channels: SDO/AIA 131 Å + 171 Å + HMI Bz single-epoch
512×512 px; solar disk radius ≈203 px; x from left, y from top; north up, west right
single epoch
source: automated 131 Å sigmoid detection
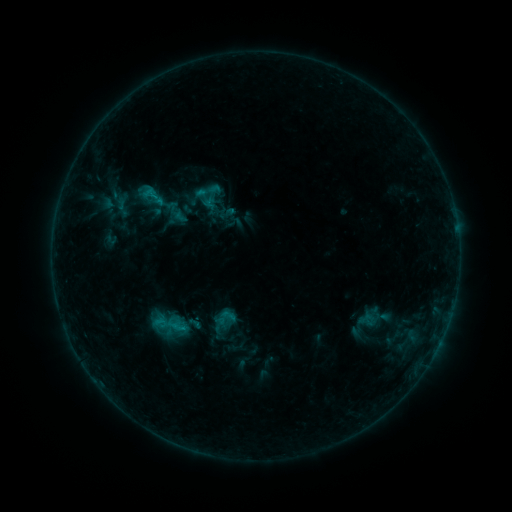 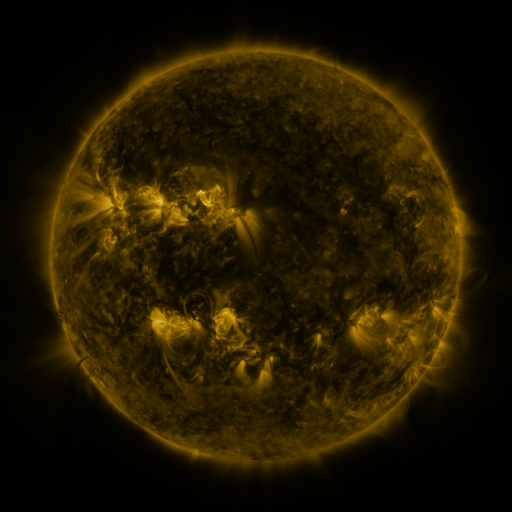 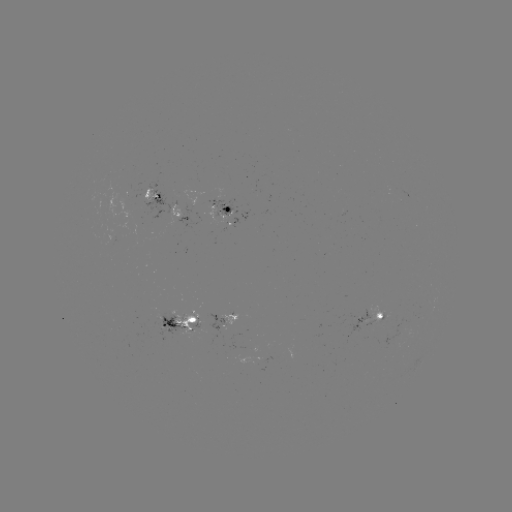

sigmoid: [215, 308, 237, 328]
